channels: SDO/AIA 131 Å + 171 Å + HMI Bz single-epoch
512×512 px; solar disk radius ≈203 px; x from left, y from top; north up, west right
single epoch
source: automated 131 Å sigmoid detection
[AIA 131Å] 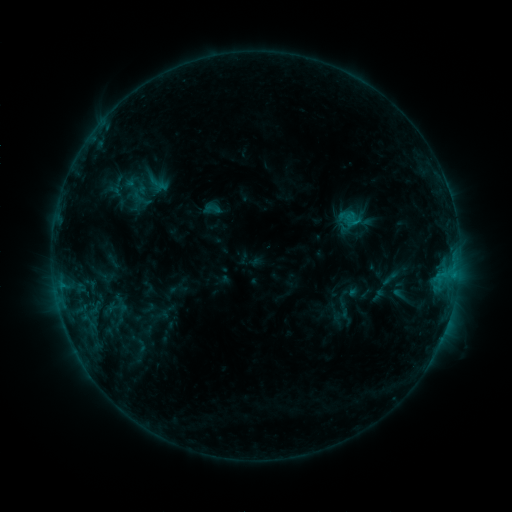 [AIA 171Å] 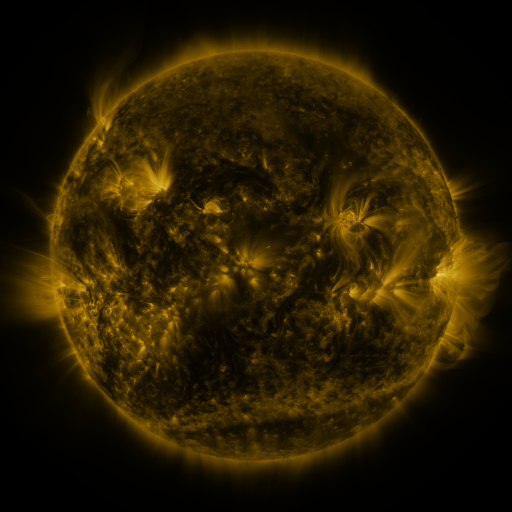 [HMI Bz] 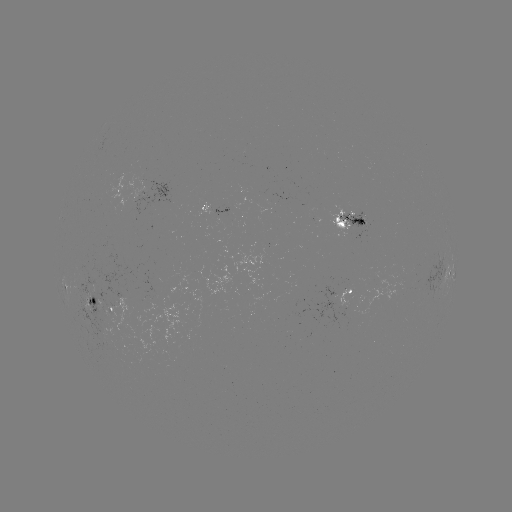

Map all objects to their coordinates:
sigmoid: [337, 207, 363, 233]
